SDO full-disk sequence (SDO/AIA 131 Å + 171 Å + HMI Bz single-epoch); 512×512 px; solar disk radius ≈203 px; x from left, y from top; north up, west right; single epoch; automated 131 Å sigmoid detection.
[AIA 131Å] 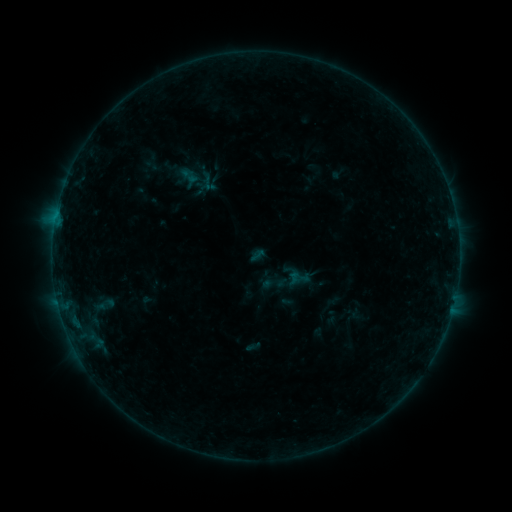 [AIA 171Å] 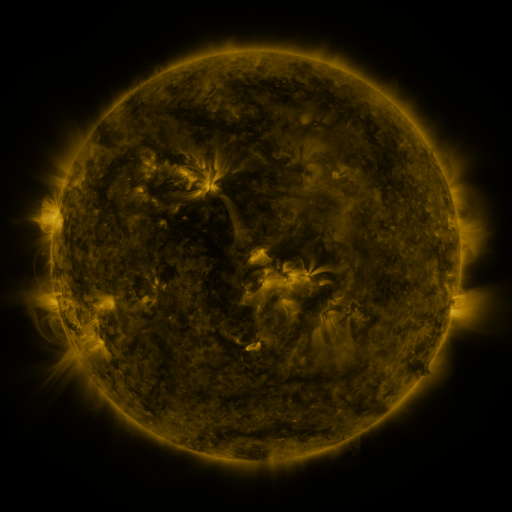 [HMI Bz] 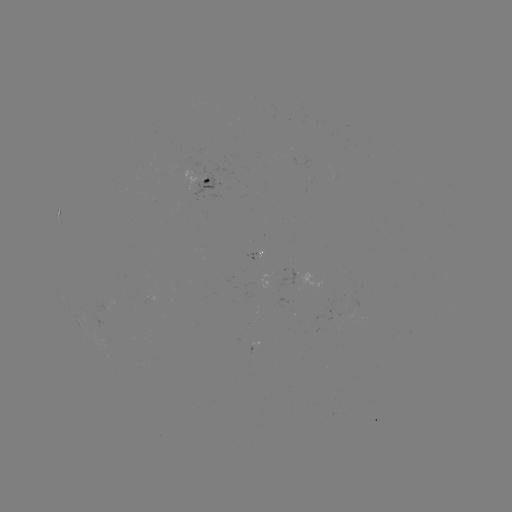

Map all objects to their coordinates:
sigmoid: (262, 270, 287, 295)
sigmoid: (91, 294, 120, 314)
